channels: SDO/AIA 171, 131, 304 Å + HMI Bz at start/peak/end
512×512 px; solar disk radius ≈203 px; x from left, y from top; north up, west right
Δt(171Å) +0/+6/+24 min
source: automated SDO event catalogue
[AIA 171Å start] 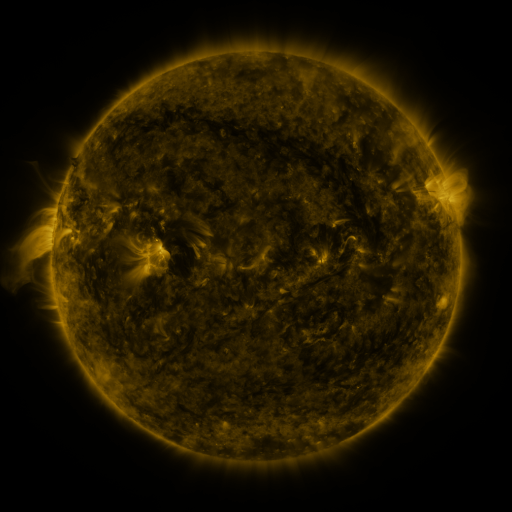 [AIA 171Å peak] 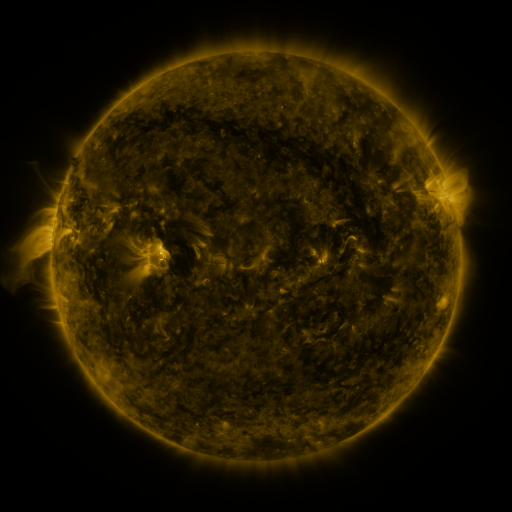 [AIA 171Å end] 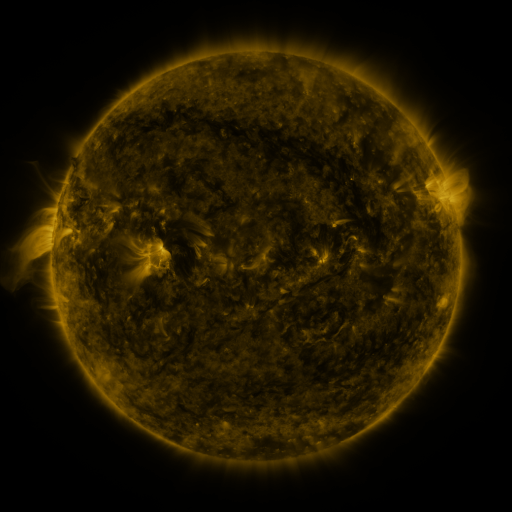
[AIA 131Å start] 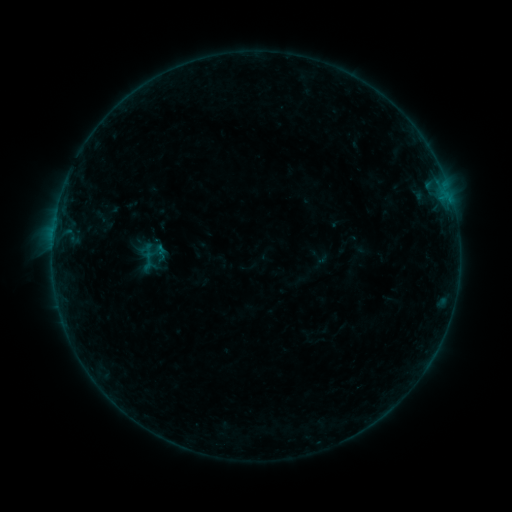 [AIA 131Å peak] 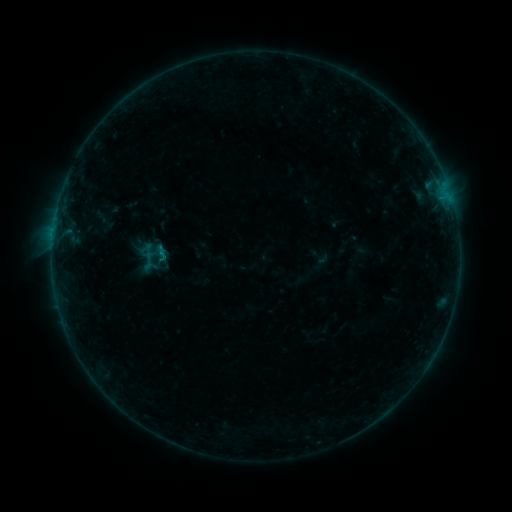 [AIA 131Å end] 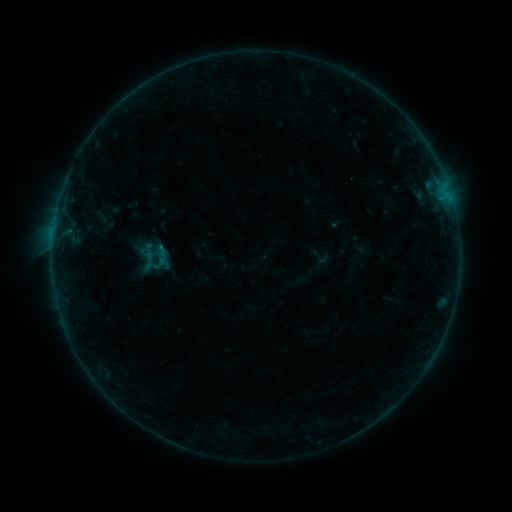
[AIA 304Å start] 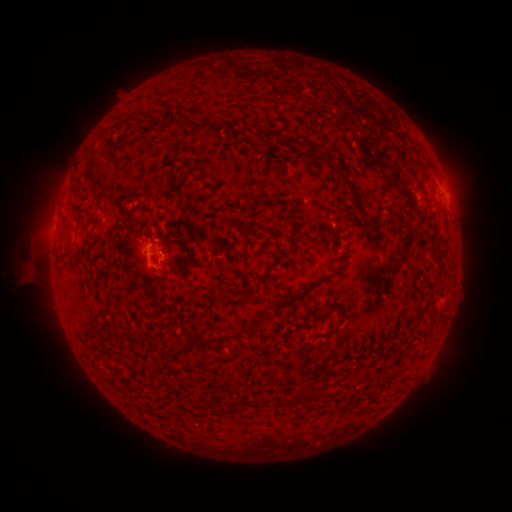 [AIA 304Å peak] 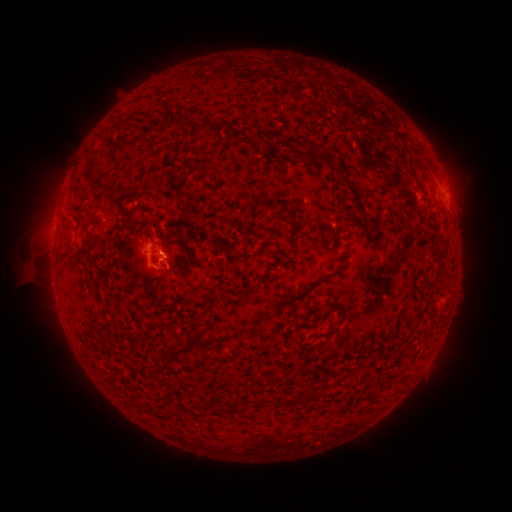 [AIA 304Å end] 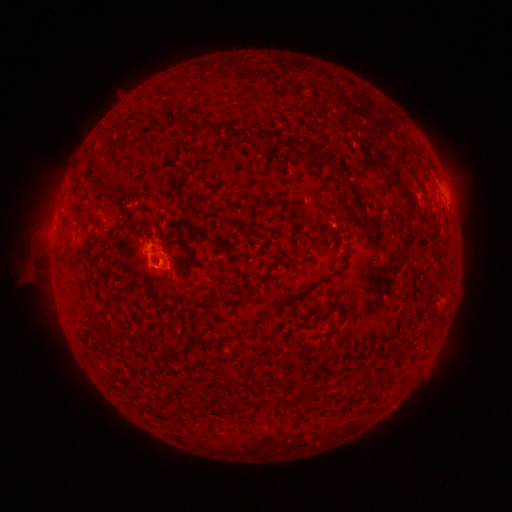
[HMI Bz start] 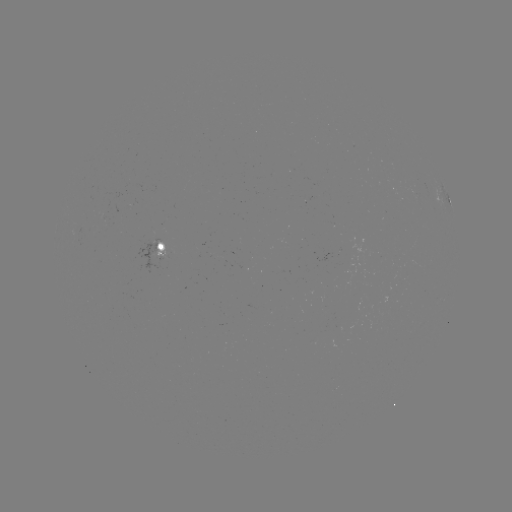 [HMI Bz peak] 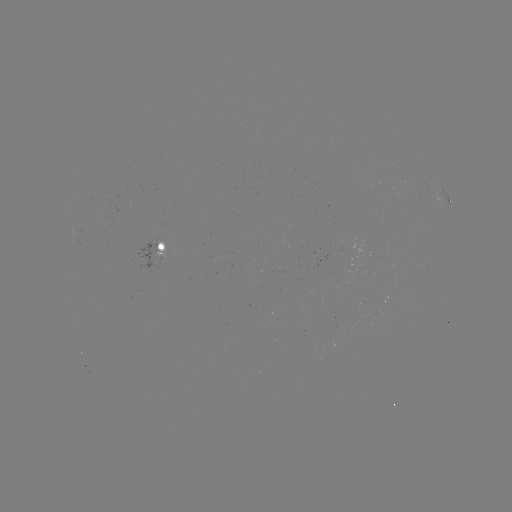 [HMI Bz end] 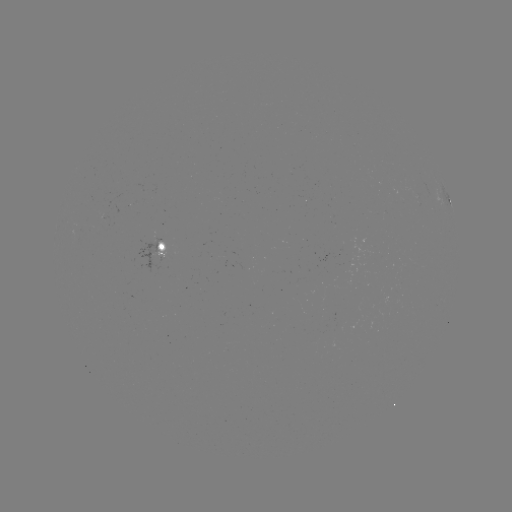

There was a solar flare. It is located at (163, 256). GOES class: B3.7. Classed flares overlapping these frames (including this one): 1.